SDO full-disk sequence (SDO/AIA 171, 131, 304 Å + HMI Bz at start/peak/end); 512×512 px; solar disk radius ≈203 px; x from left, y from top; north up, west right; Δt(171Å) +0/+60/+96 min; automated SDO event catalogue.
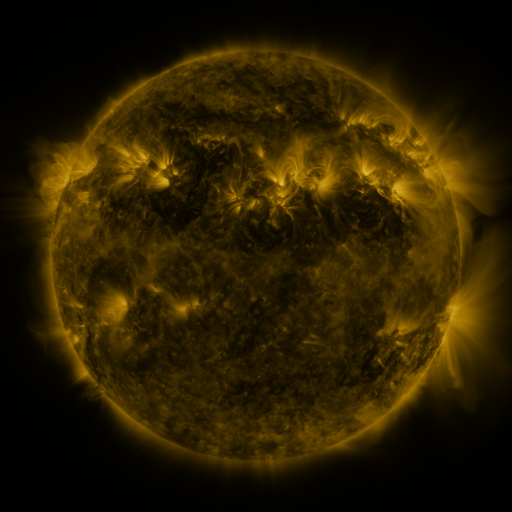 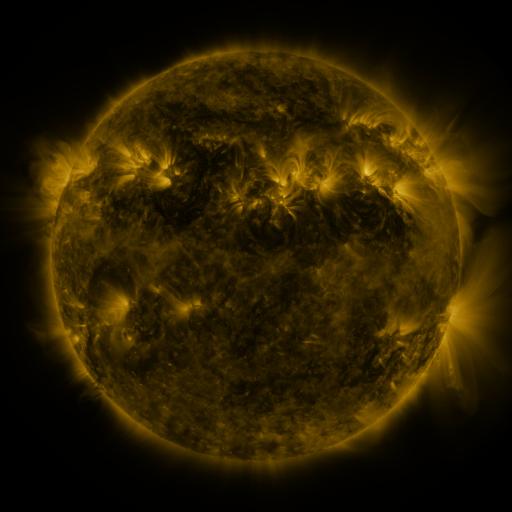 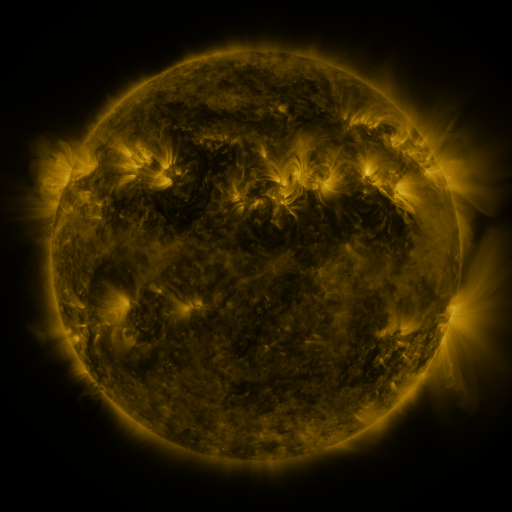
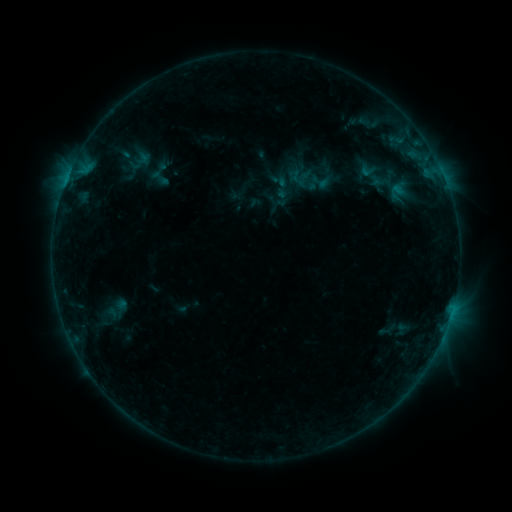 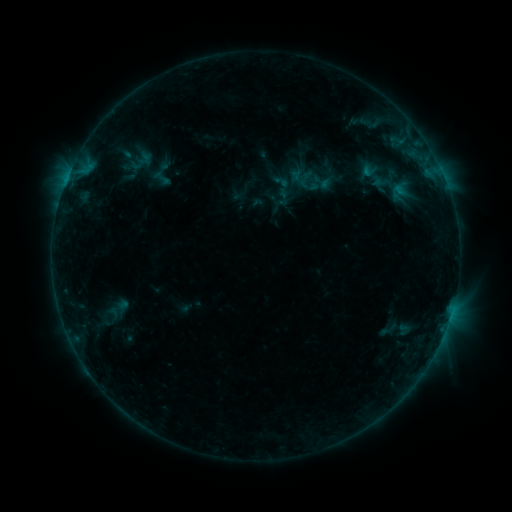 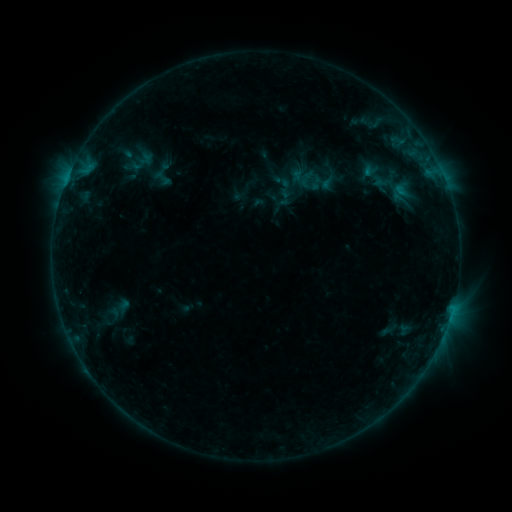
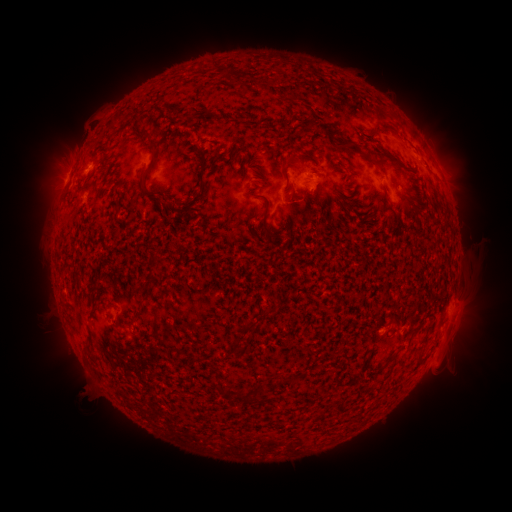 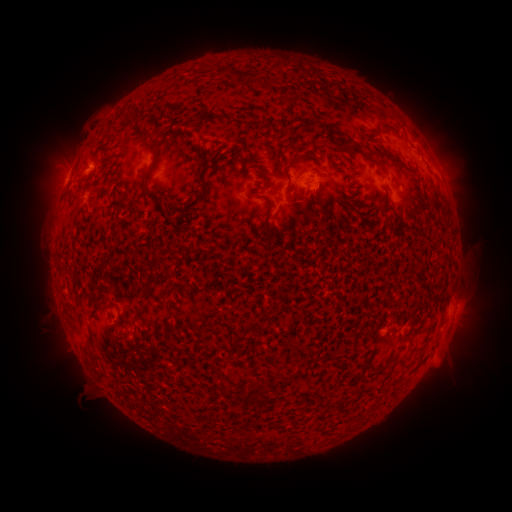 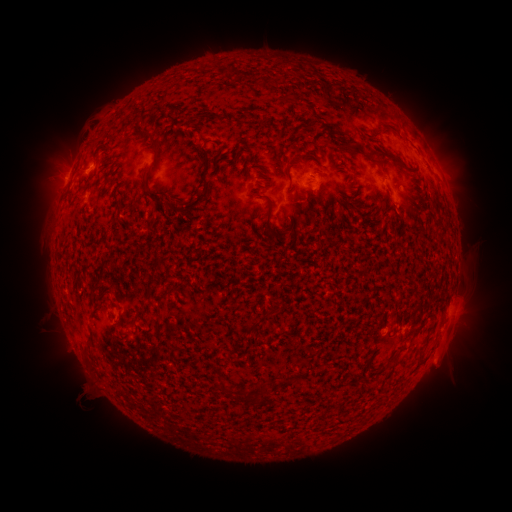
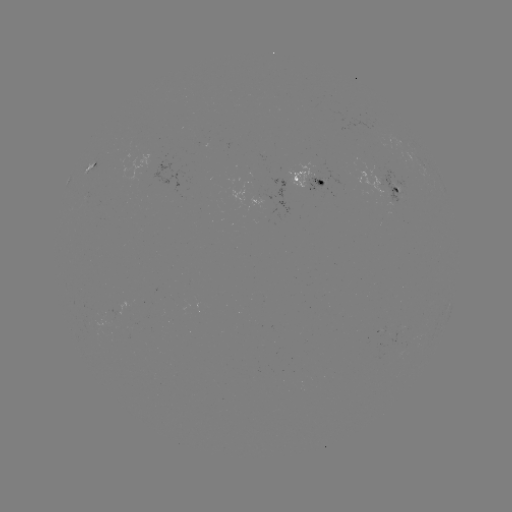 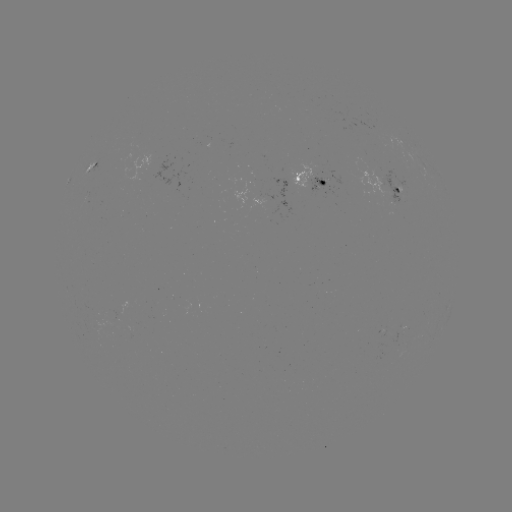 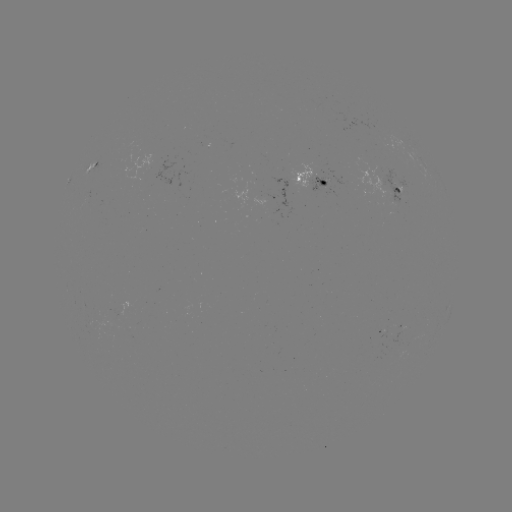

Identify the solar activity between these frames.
emerging-flux region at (287, 181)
